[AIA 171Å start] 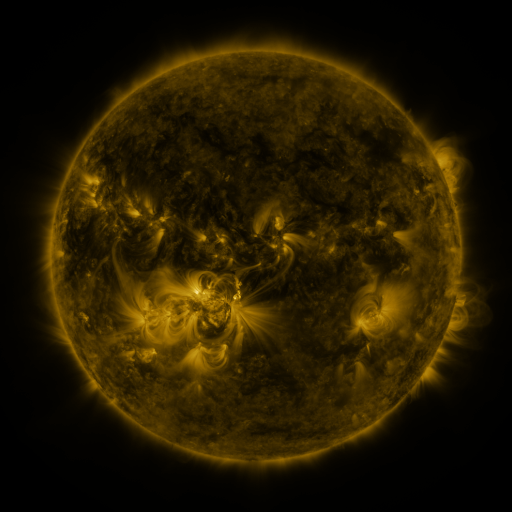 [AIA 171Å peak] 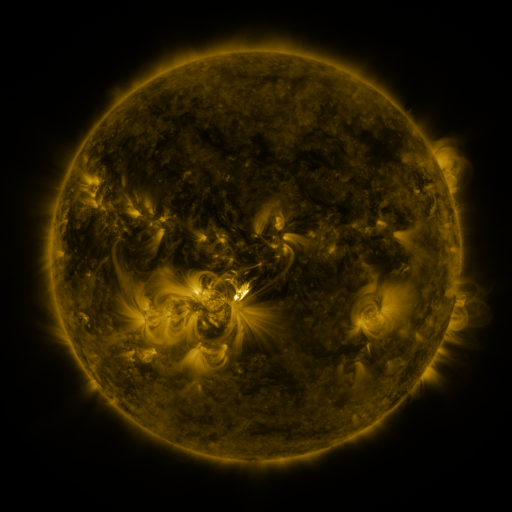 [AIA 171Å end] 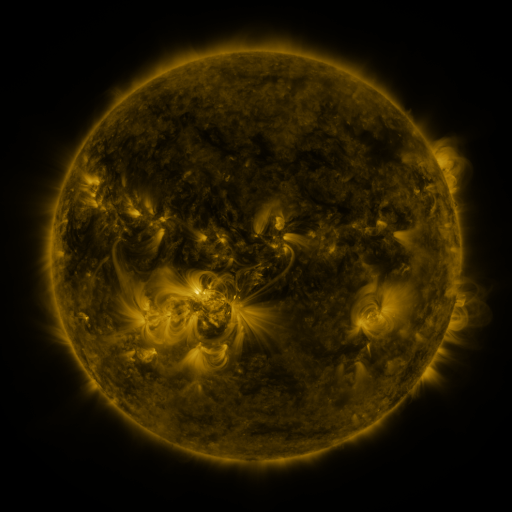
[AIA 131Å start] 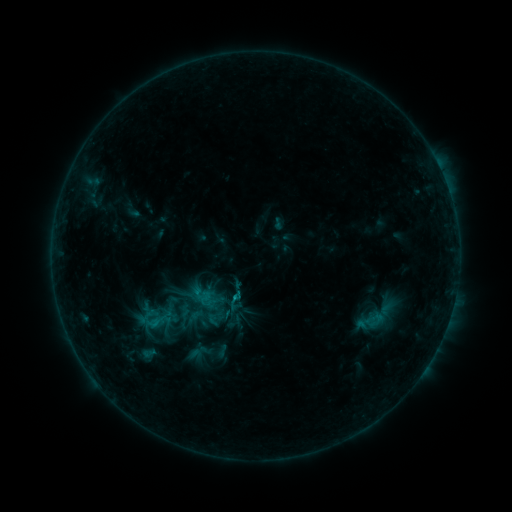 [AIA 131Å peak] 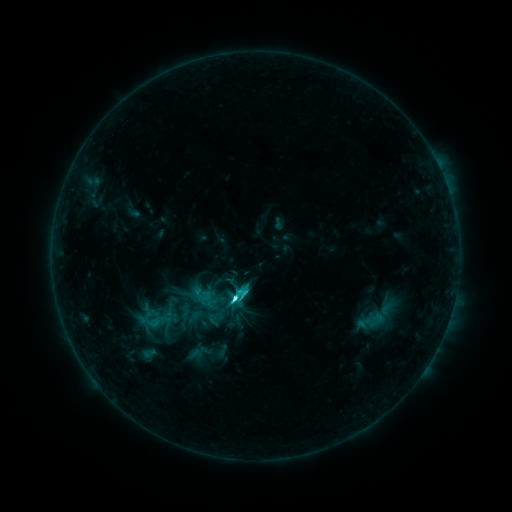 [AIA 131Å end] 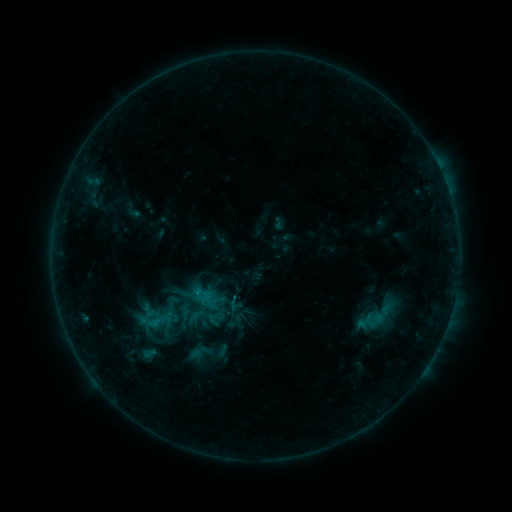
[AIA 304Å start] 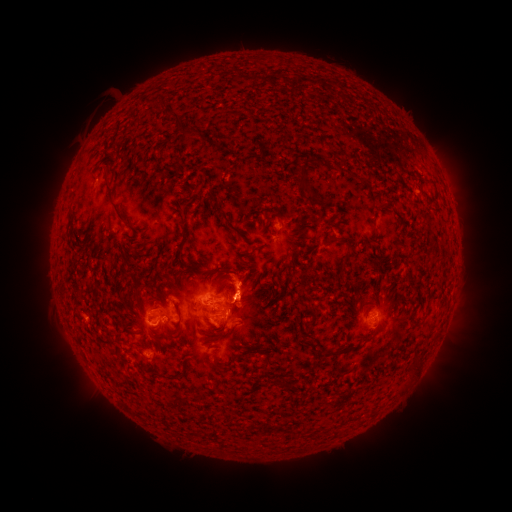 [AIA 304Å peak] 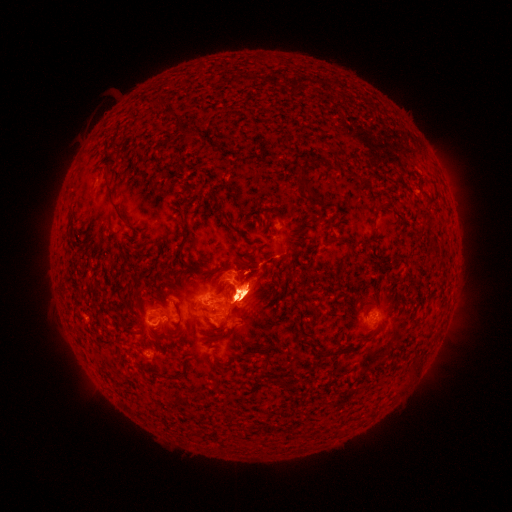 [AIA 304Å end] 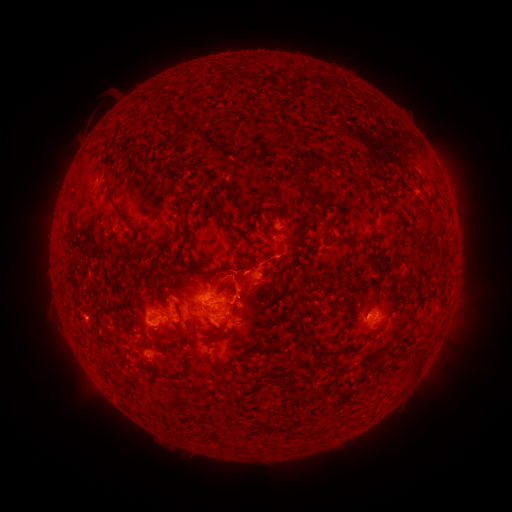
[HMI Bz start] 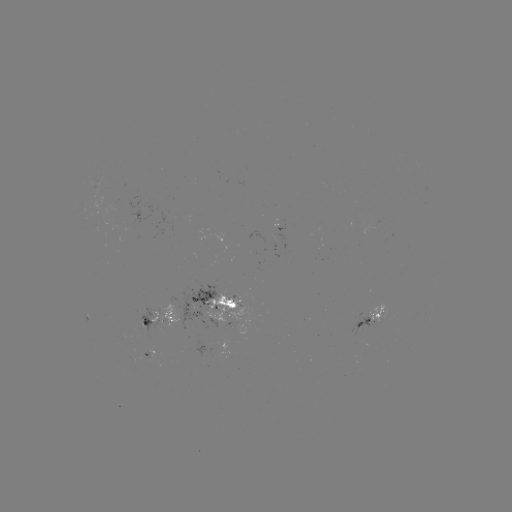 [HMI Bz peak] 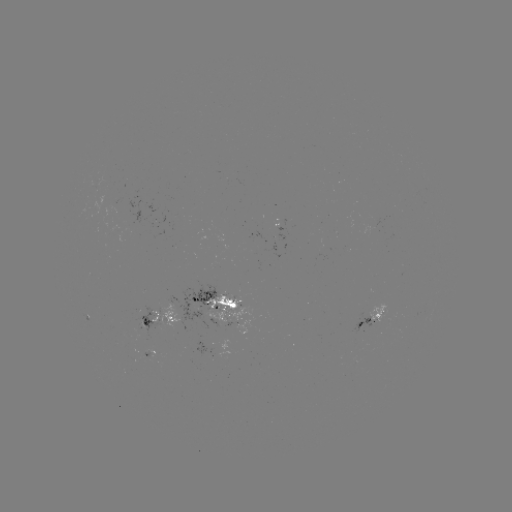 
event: flare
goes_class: C6.1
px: (238, 296)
